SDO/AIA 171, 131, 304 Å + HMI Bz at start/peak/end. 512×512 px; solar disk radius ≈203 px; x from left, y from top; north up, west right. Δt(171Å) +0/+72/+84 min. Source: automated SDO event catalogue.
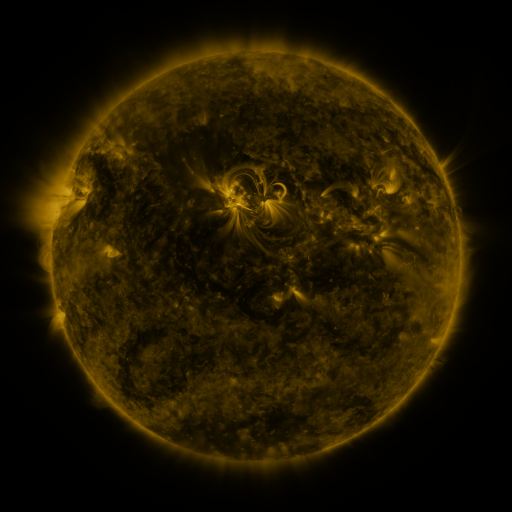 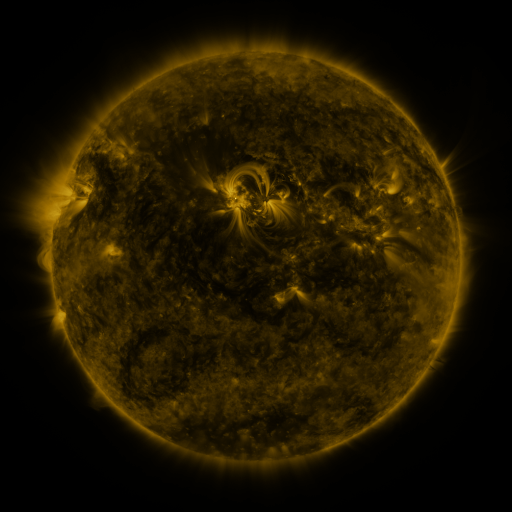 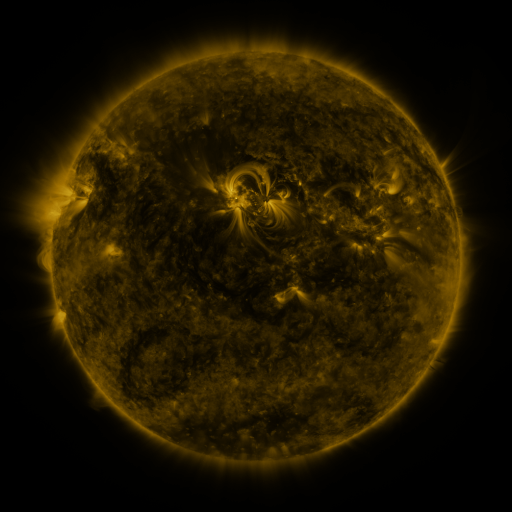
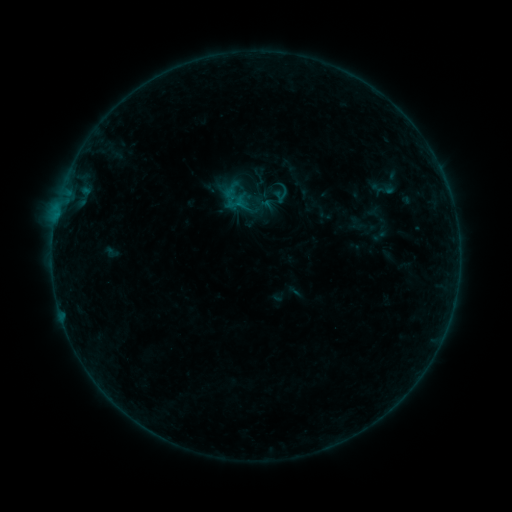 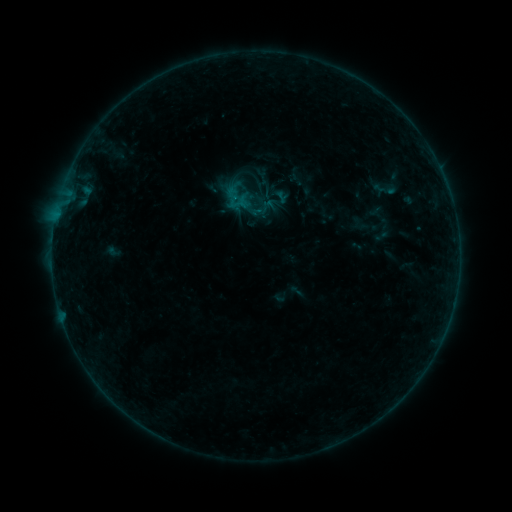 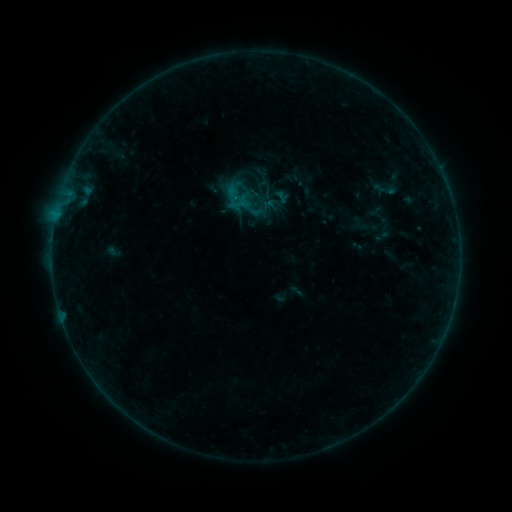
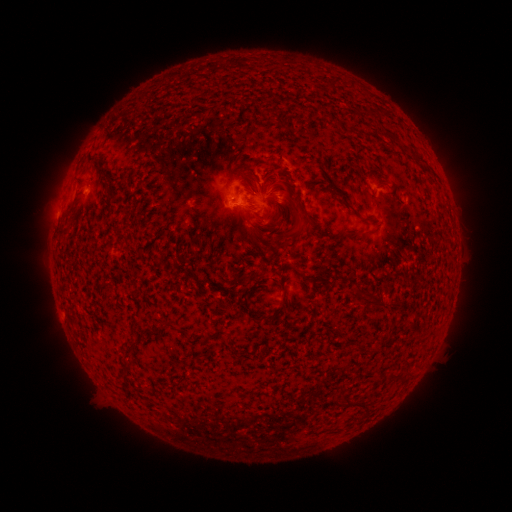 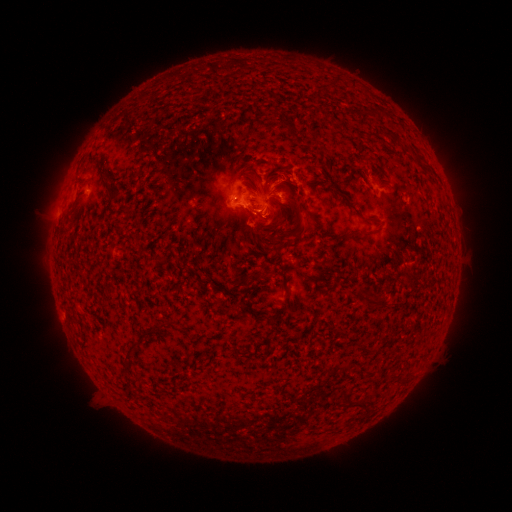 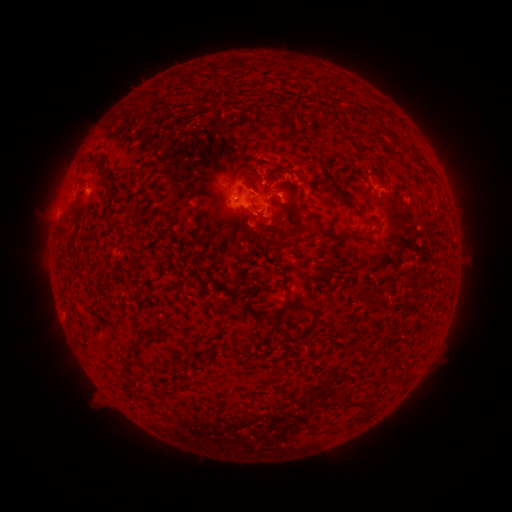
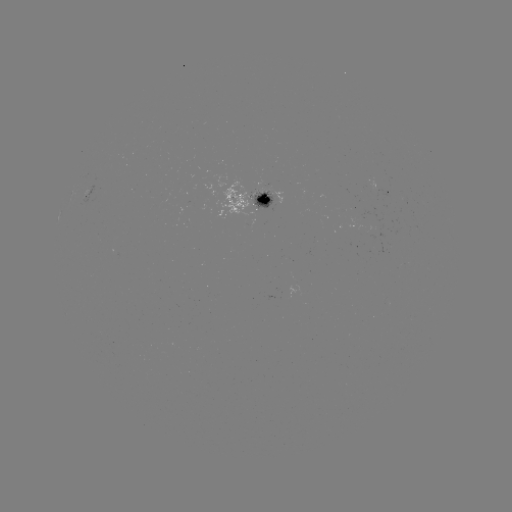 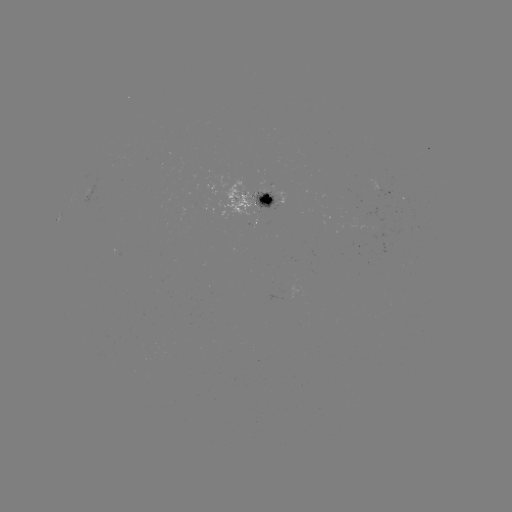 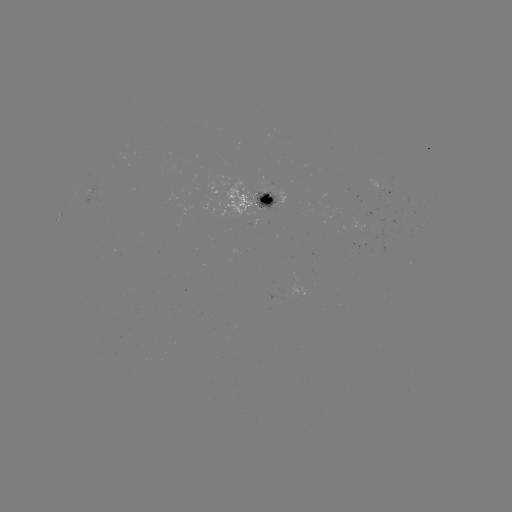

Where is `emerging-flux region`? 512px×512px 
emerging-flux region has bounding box [219, 179, 254, 219].